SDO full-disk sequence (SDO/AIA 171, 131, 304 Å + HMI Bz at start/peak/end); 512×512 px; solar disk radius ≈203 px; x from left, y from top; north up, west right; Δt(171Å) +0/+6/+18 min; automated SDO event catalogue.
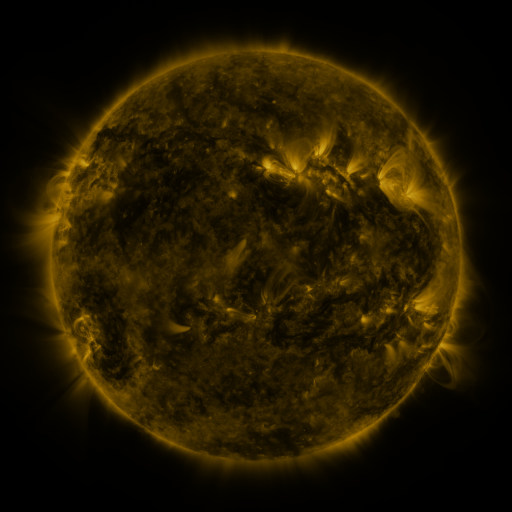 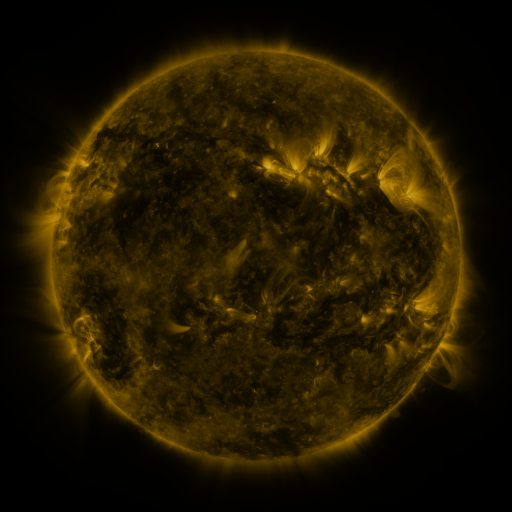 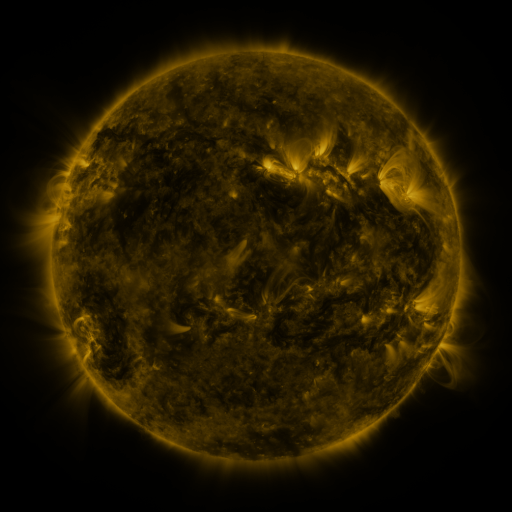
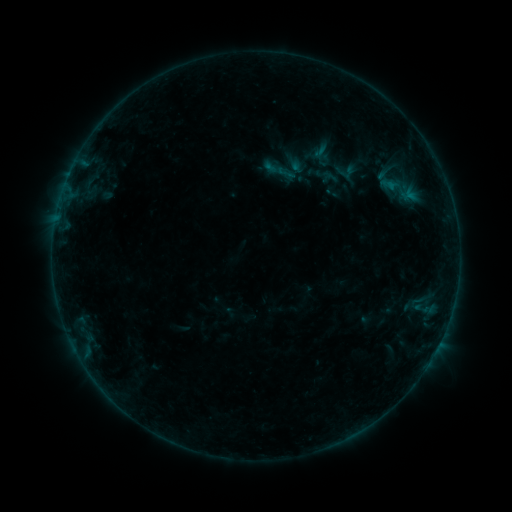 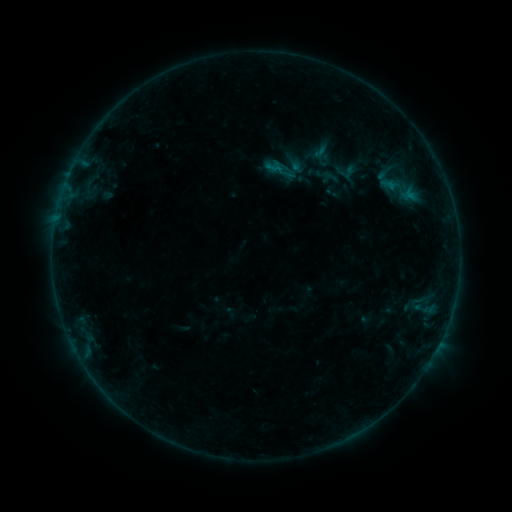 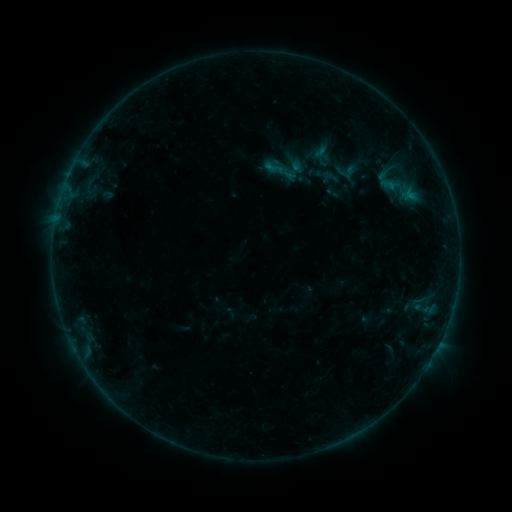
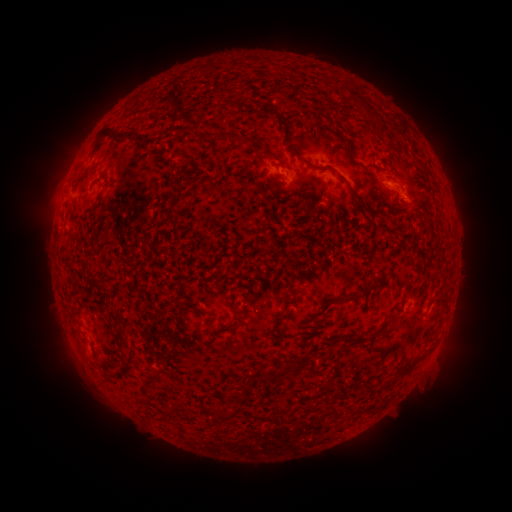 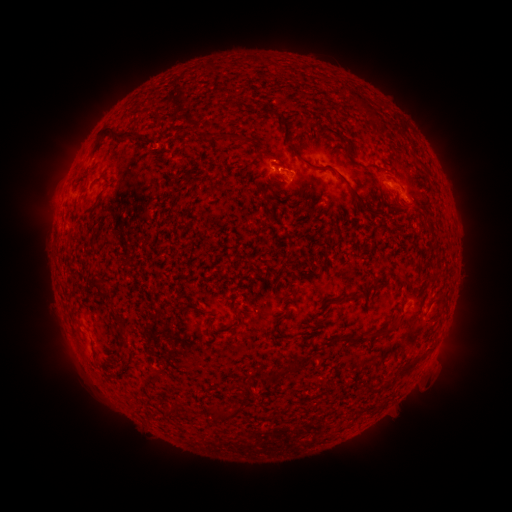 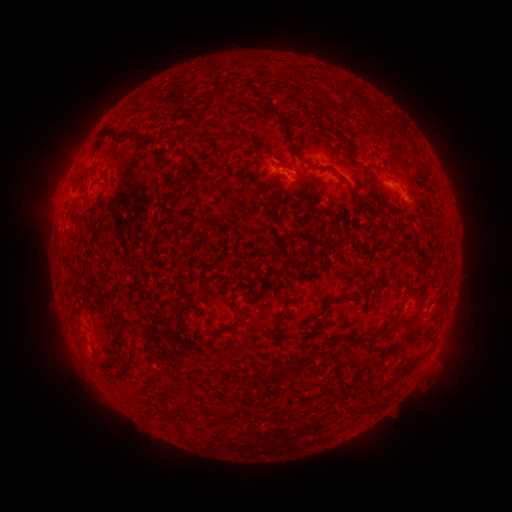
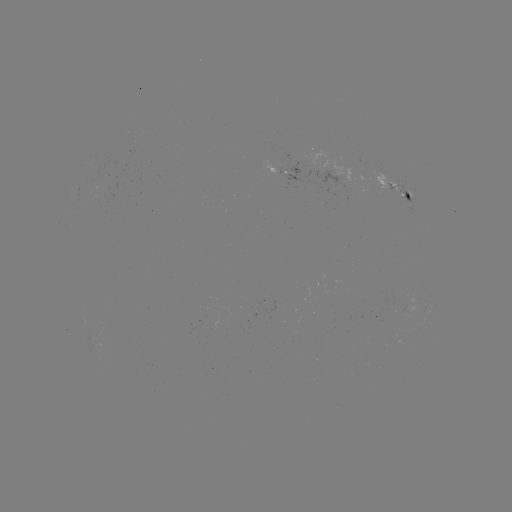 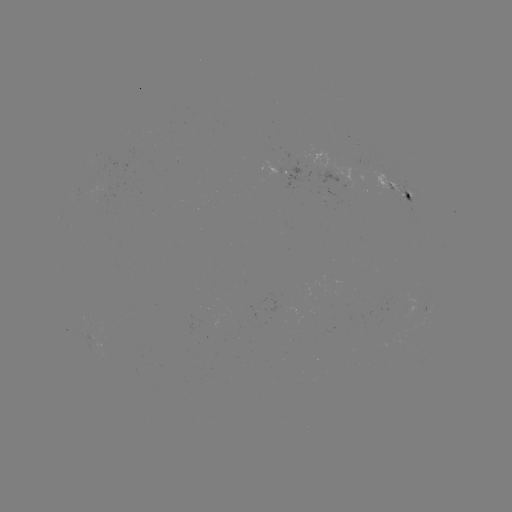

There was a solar flare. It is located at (276, 169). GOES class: B3.0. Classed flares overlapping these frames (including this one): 1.